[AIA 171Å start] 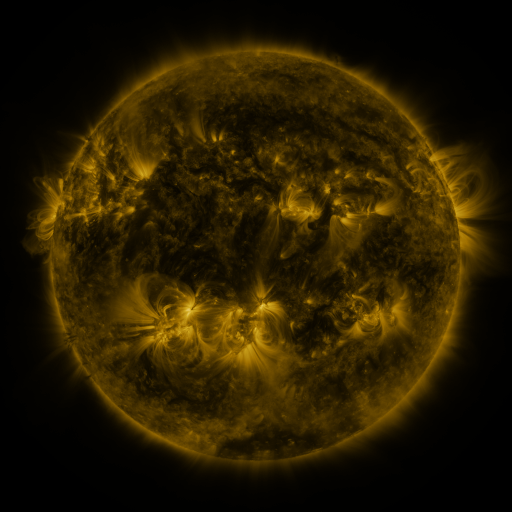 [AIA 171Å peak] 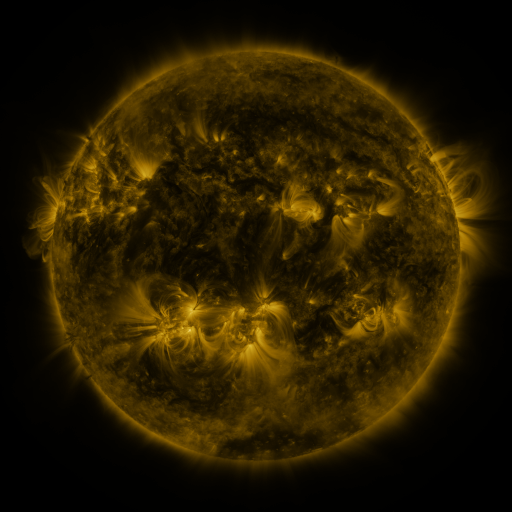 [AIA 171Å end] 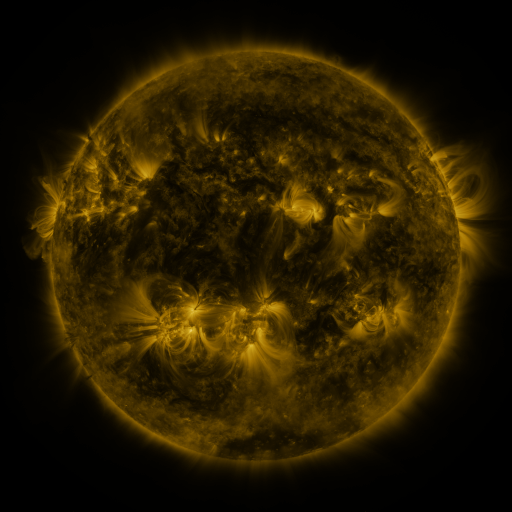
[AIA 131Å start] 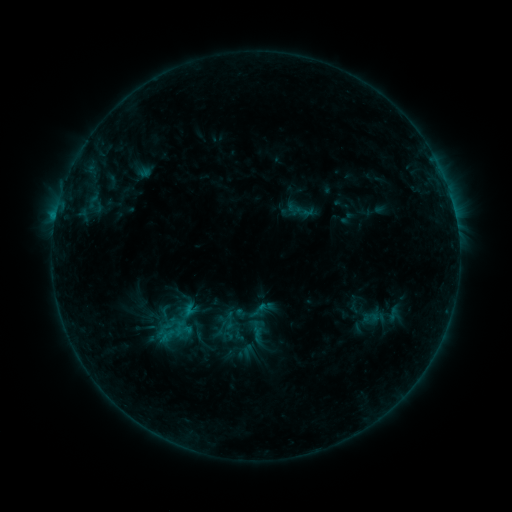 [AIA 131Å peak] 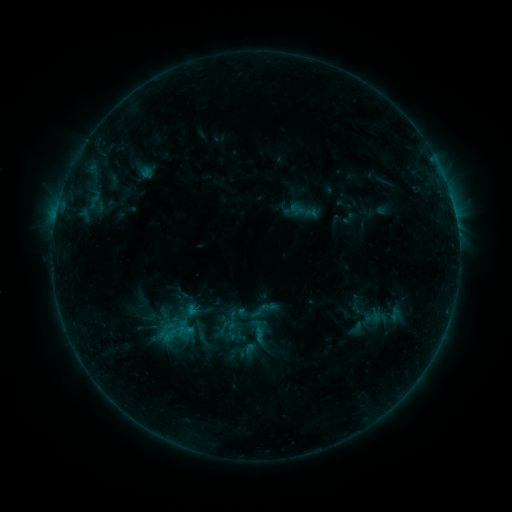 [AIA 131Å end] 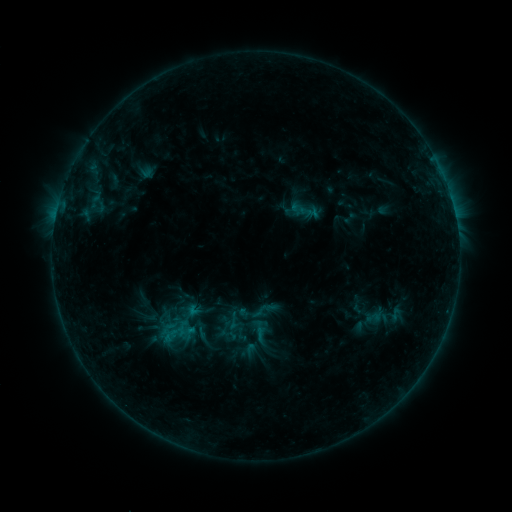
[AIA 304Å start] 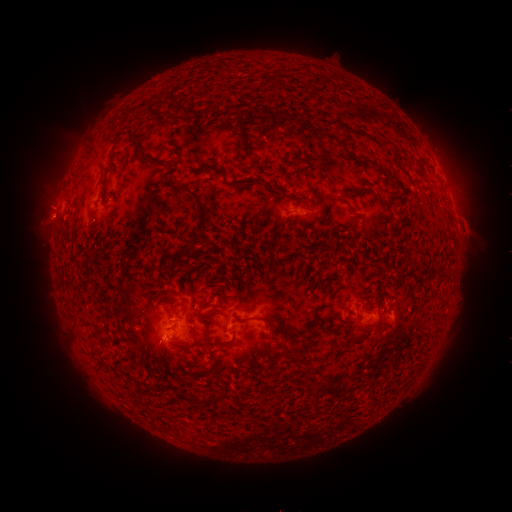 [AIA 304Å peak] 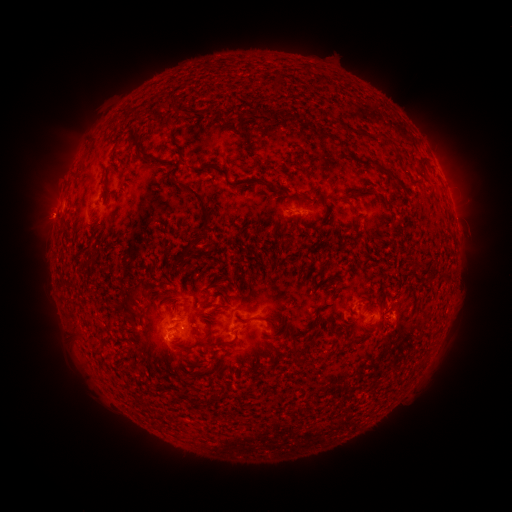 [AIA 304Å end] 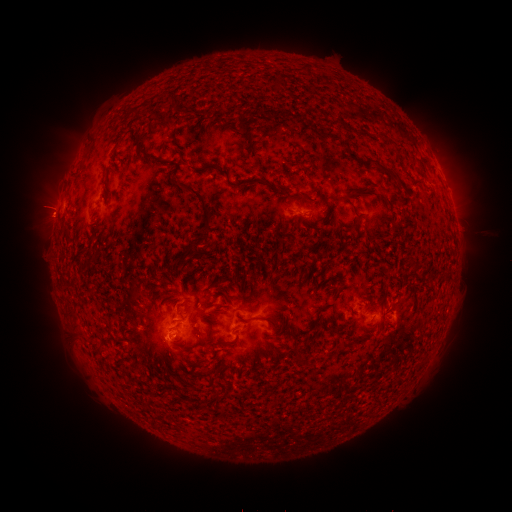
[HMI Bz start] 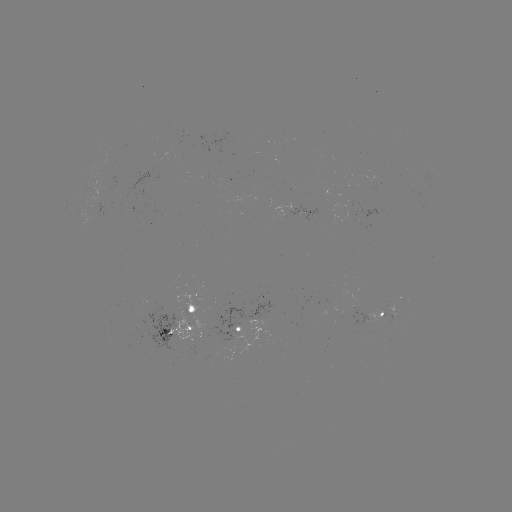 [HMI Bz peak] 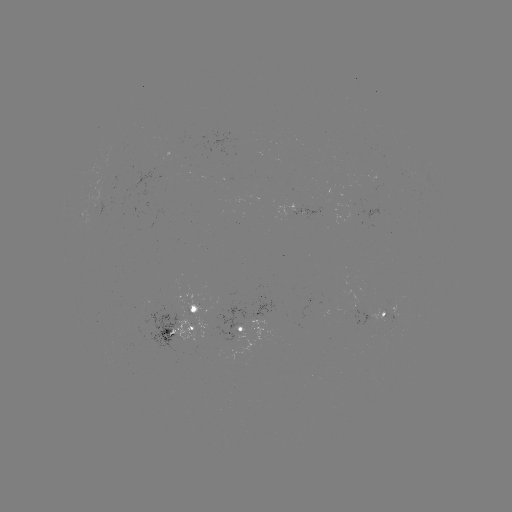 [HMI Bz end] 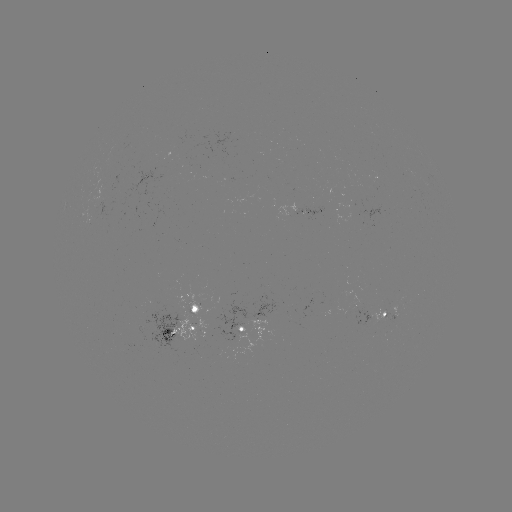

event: emerging-flux region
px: (238, 334)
